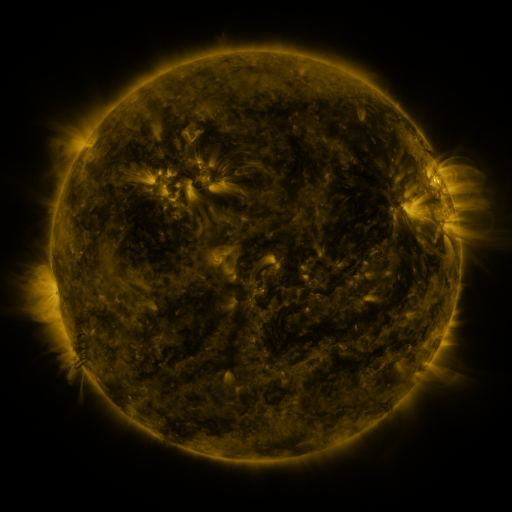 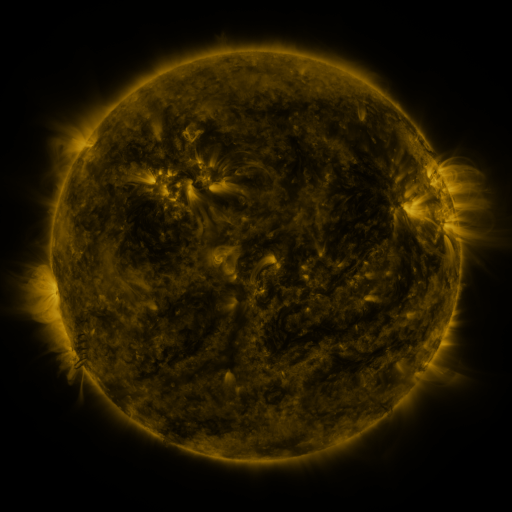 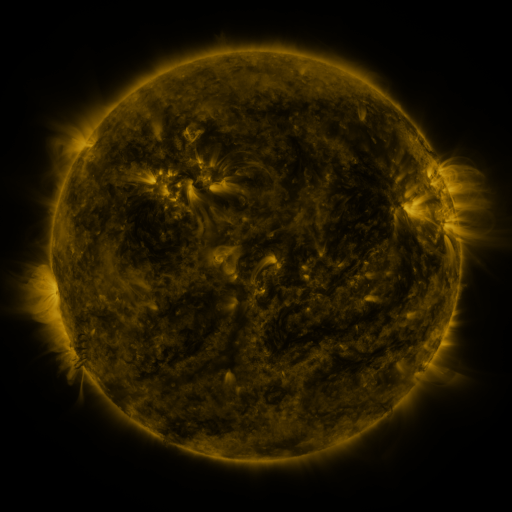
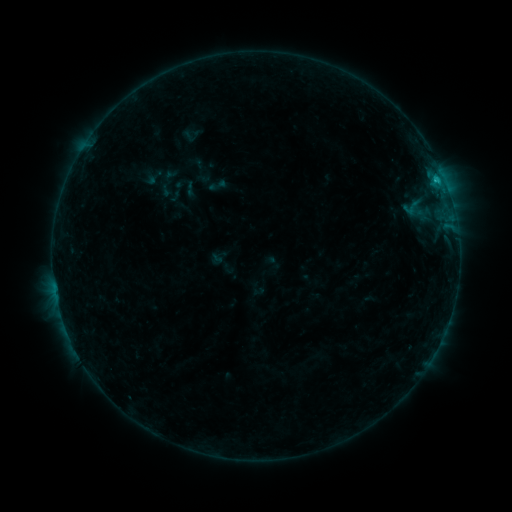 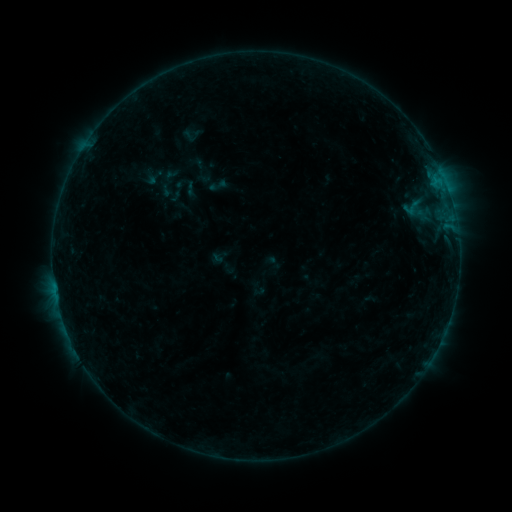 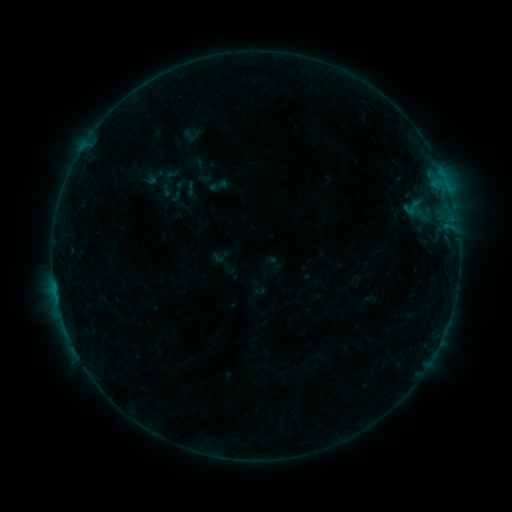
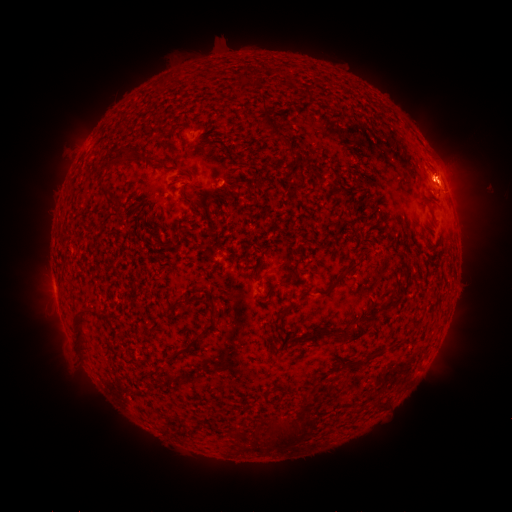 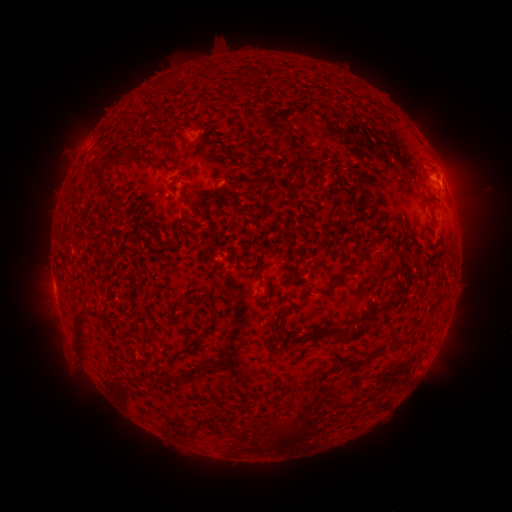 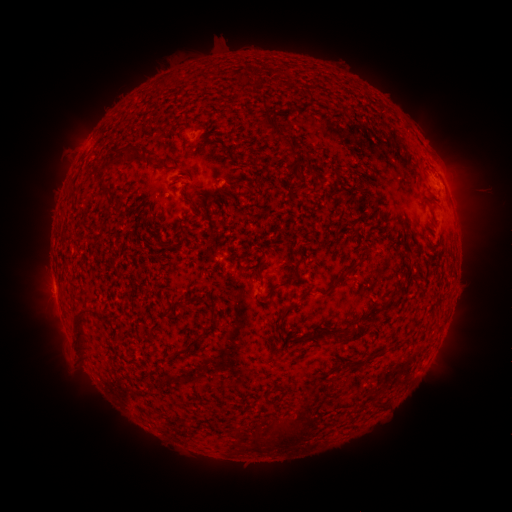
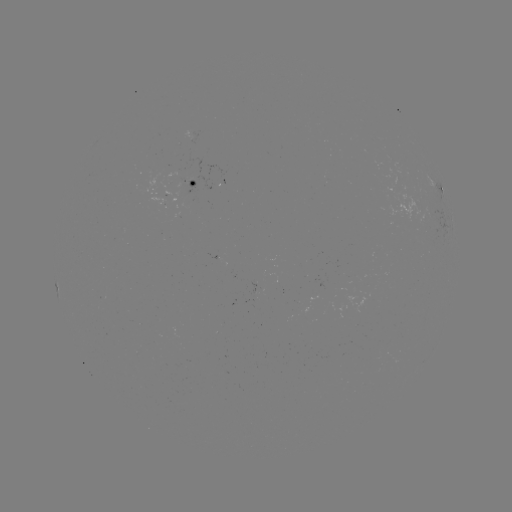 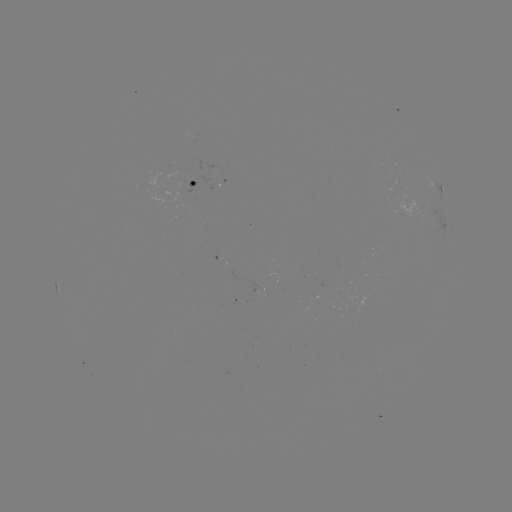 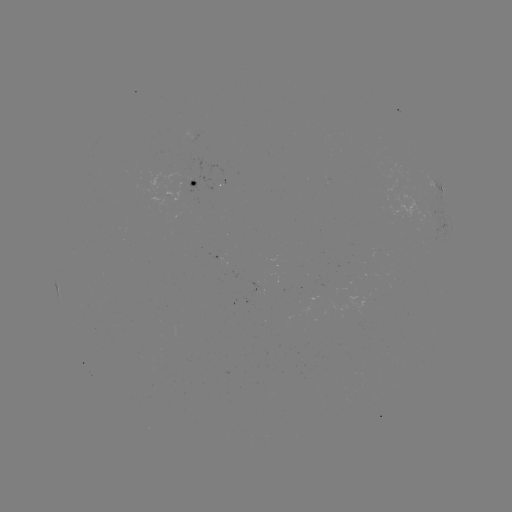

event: eruption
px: (458, 181)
